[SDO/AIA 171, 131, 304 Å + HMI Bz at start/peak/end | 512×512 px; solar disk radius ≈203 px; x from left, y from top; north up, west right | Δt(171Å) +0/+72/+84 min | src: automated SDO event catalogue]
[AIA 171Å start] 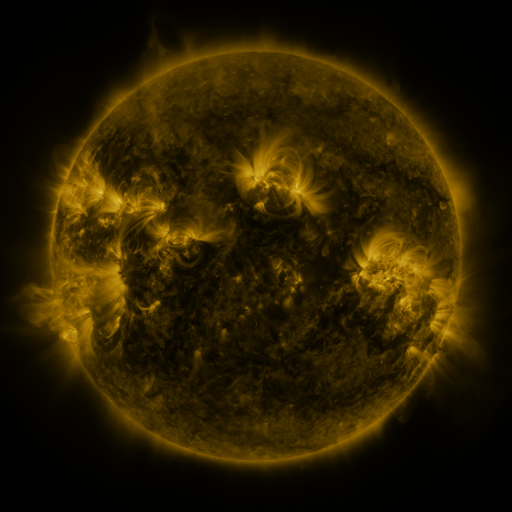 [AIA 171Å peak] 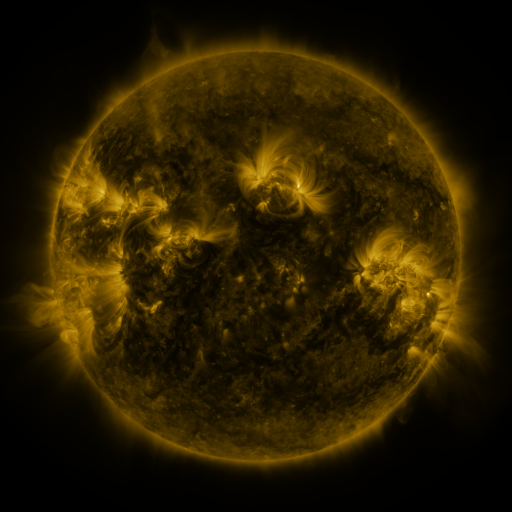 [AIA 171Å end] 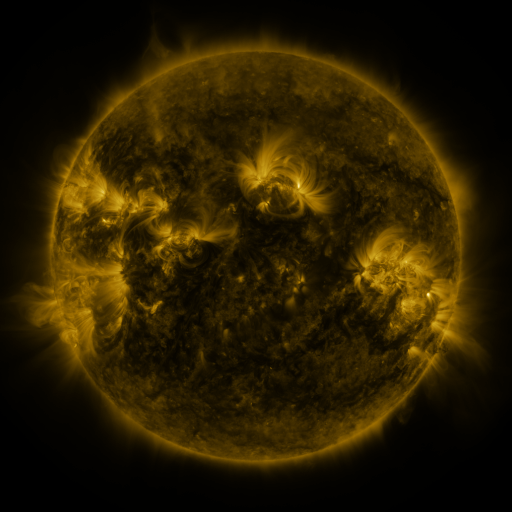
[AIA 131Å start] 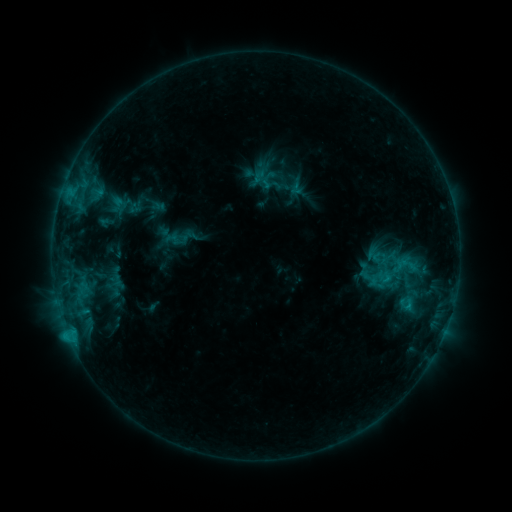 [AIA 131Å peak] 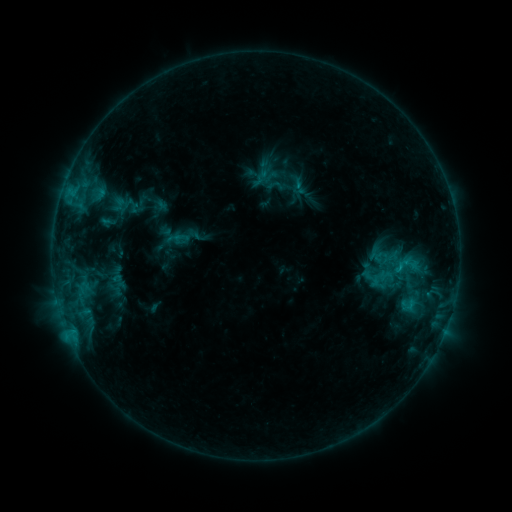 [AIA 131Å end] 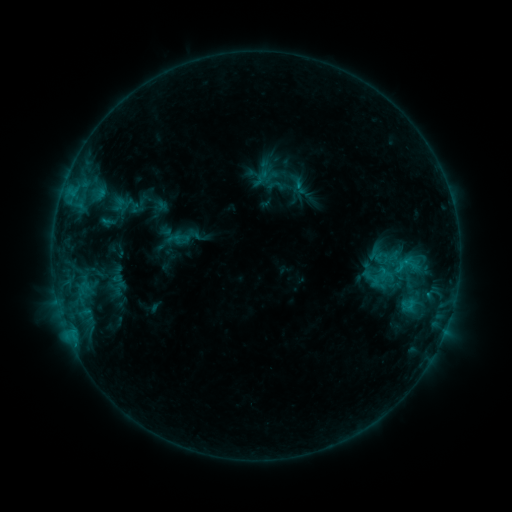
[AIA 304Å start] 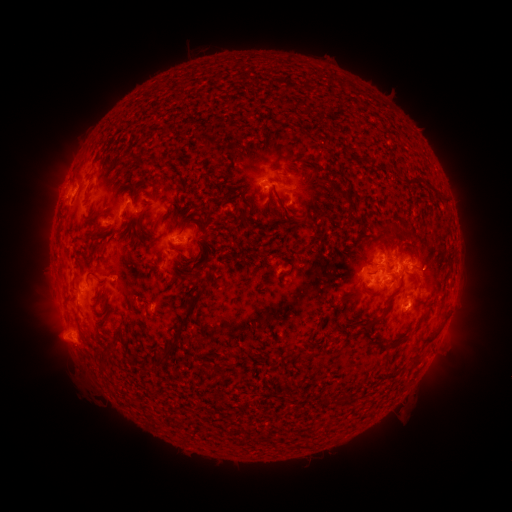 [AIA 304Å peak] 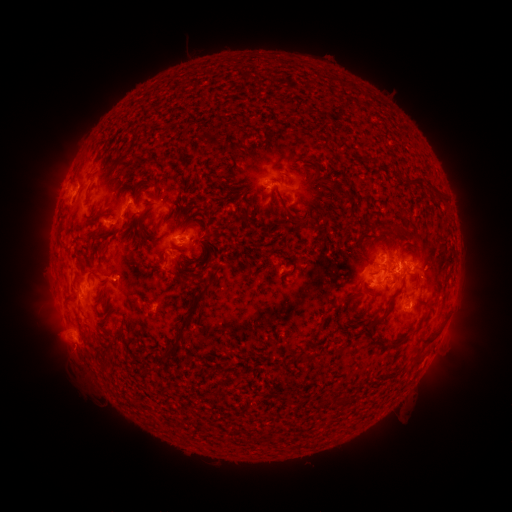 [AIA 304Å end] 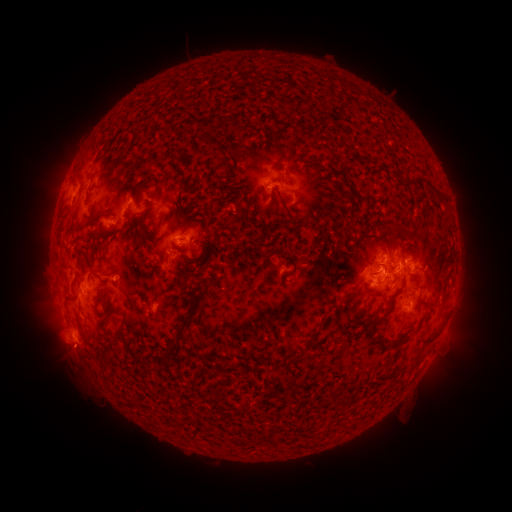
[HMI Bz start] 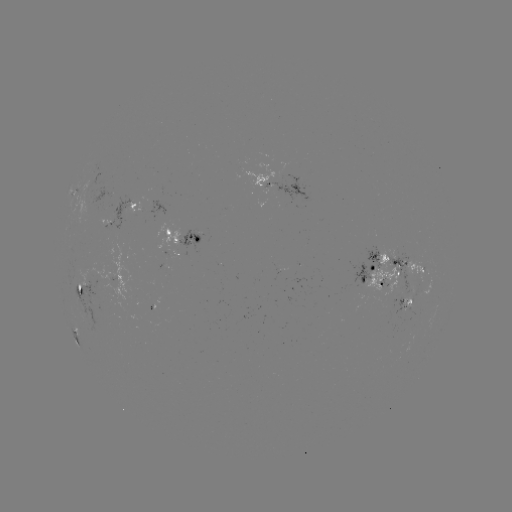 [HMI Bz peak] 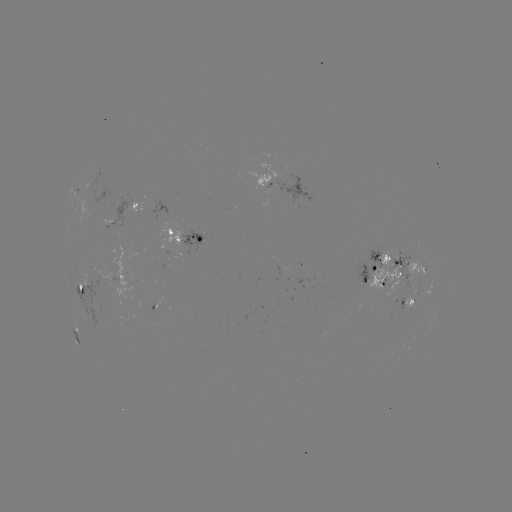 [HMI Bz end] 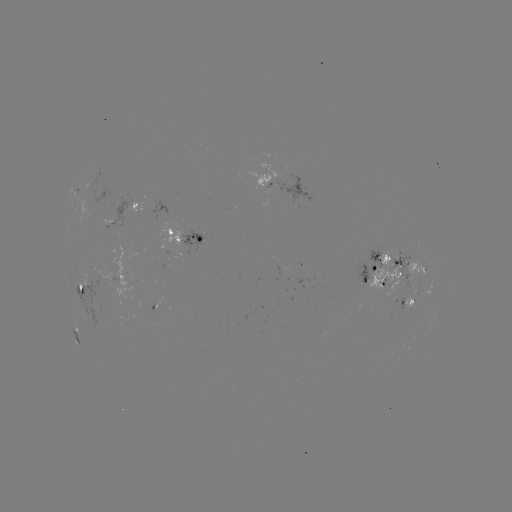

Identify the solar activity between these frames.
emerging-flux region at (291, 177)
